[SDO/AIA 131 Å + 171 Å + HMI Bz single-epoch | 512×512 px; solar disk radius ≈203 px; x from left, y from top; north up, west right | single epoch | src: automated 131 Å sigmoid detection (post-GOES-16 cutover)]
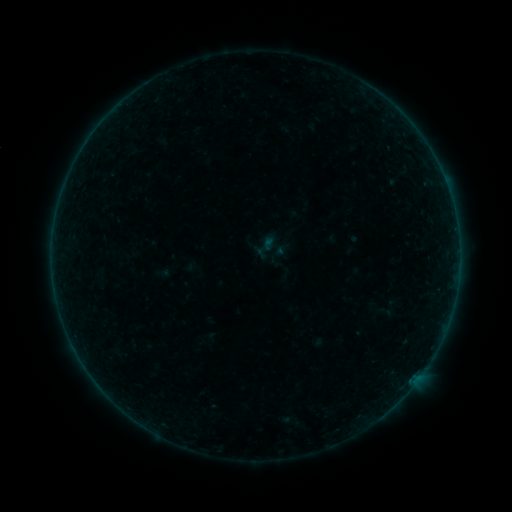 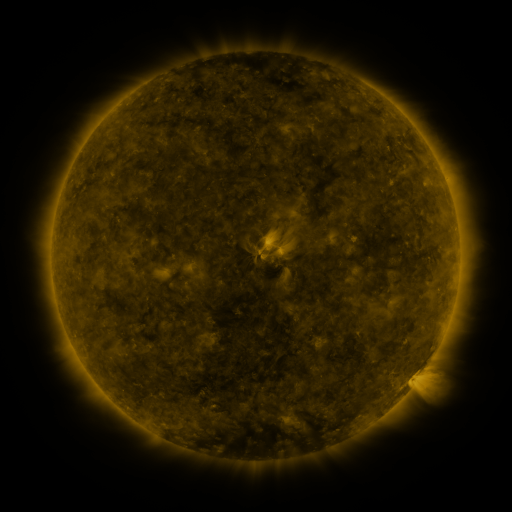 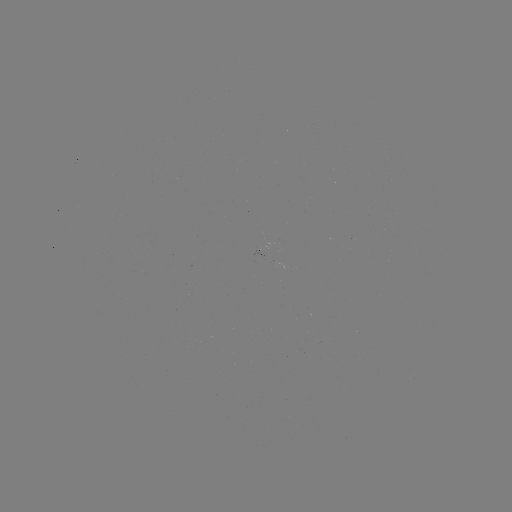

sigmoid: <bbox>251, 232, 280, 262</bbox>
